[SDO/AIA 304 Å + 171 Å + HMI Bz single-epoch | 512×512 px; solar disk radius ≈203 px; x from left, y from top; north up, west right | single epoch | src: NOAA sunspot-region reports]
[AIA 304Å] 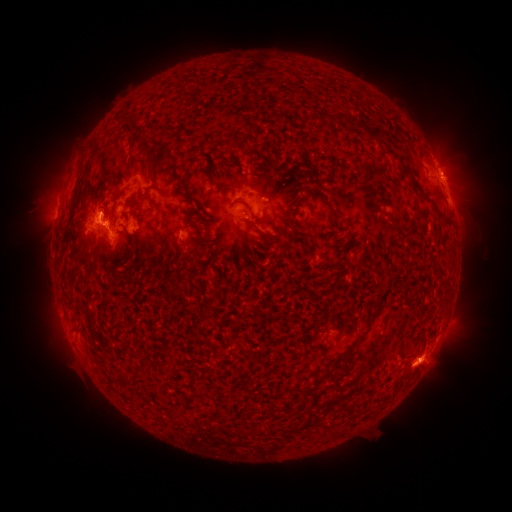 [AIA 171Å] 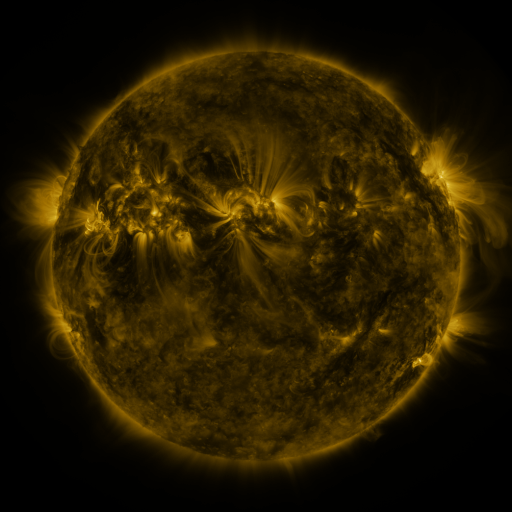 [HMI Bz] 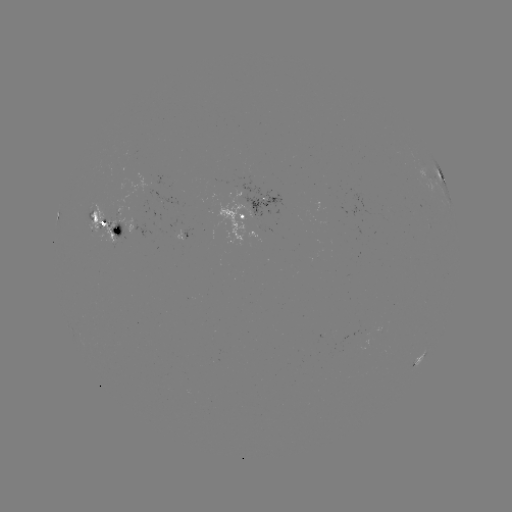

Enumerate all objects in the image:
spotted active region: (437, 169)
spotted active region: (259, 216)
spotted active region: (110, 230)
spotted active region: (181, 236)
spotted active region: (420, 359)
